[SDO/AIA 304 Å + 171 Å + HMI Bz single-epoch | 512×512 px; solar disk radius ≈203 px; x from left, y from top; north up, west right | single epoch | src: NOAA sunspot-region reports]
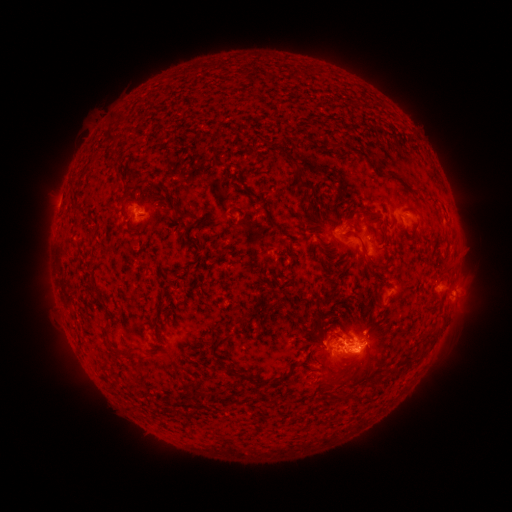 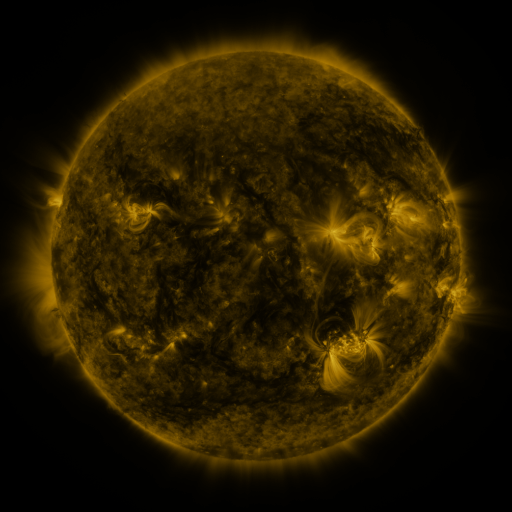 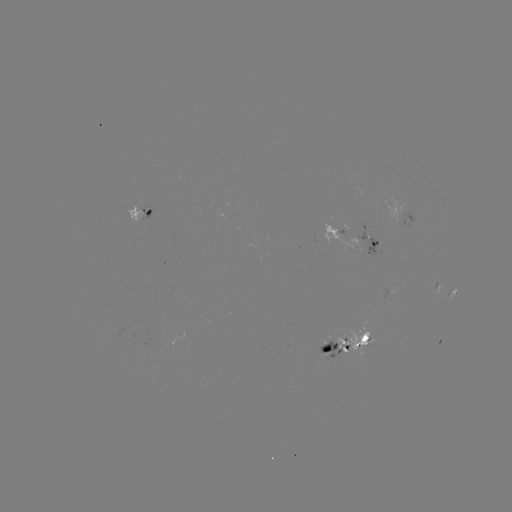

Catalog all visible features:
spotted active region: (144, 212)
spotted active region: (406, 215)
spotted active region: (359, 237)
spotted active region: (438, 284)
spotted active region: (453, 291)
spotted active region: (351, 344)
